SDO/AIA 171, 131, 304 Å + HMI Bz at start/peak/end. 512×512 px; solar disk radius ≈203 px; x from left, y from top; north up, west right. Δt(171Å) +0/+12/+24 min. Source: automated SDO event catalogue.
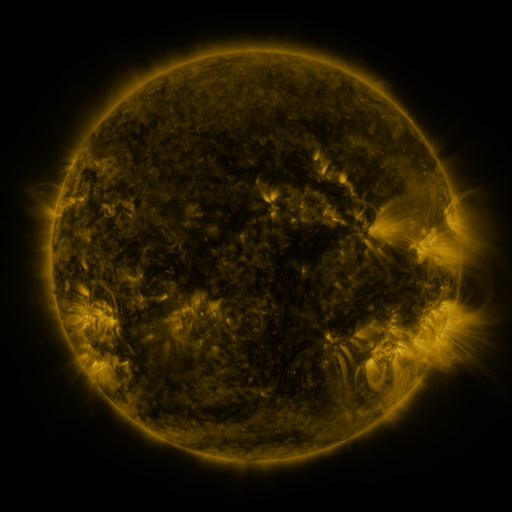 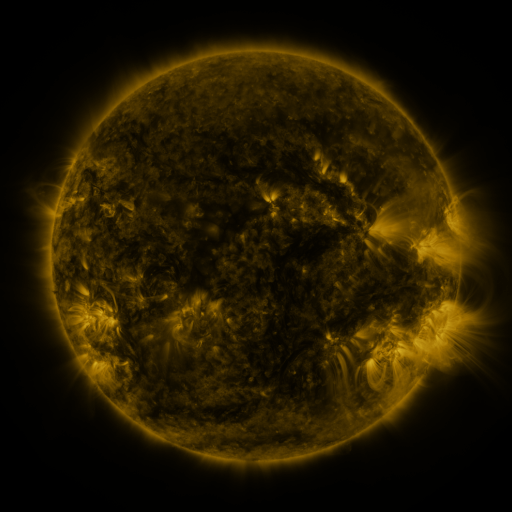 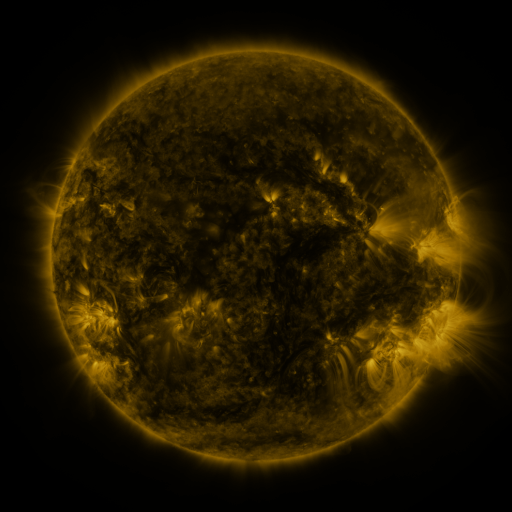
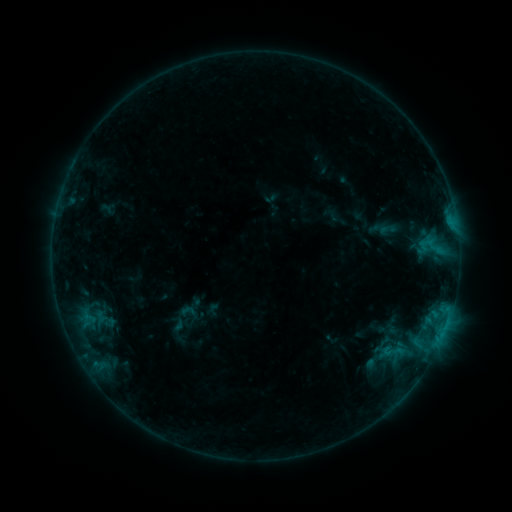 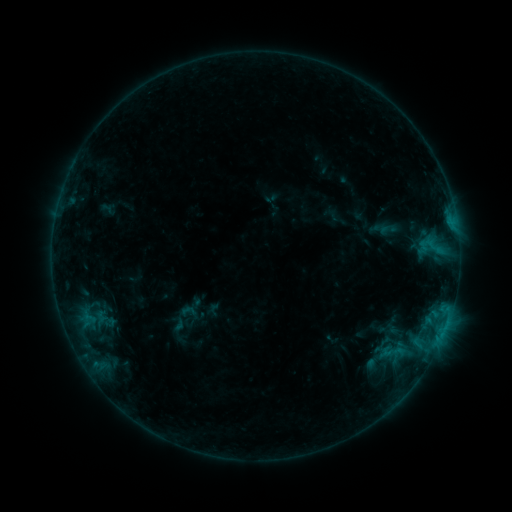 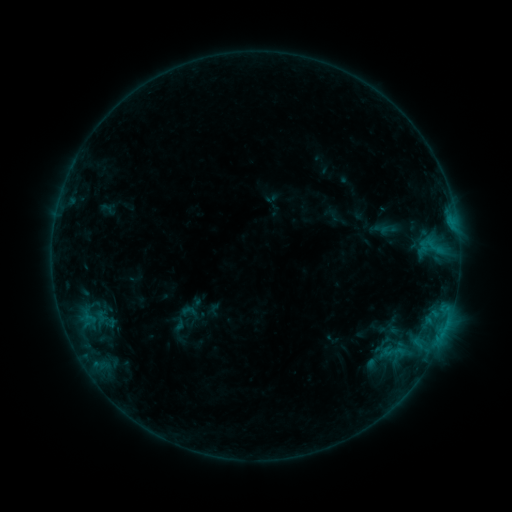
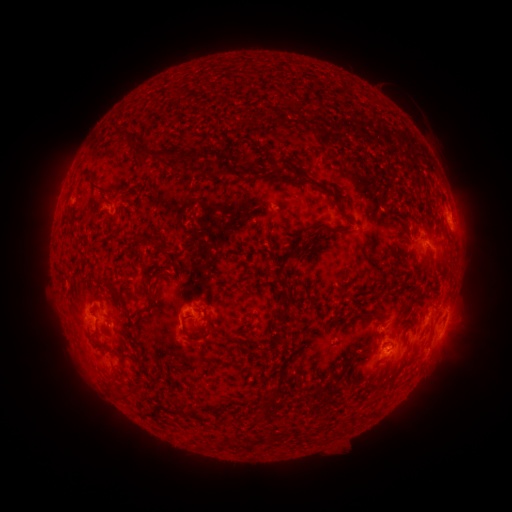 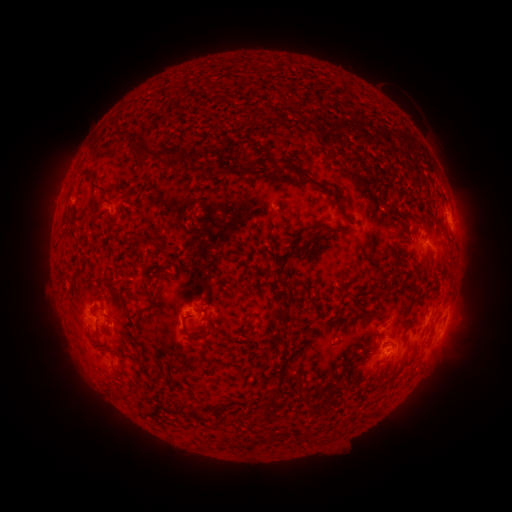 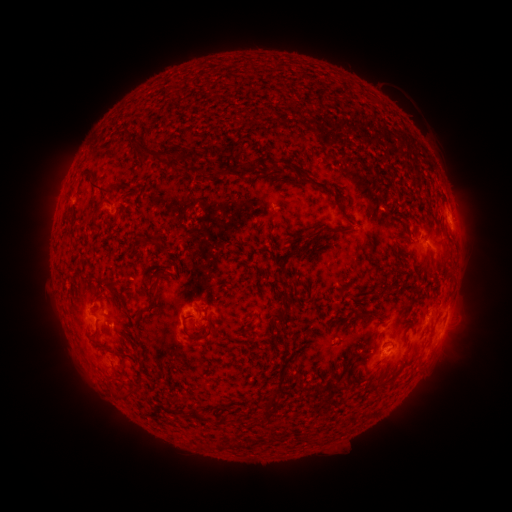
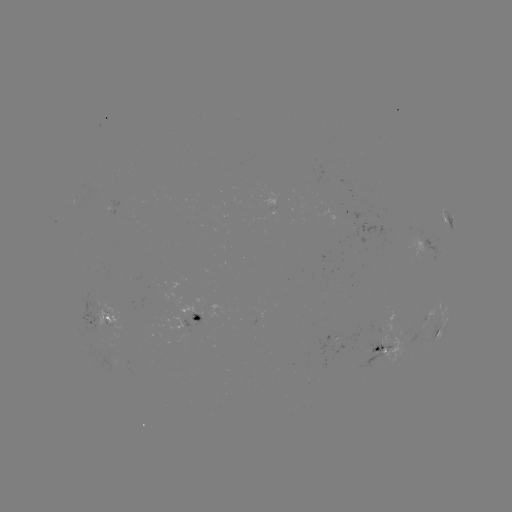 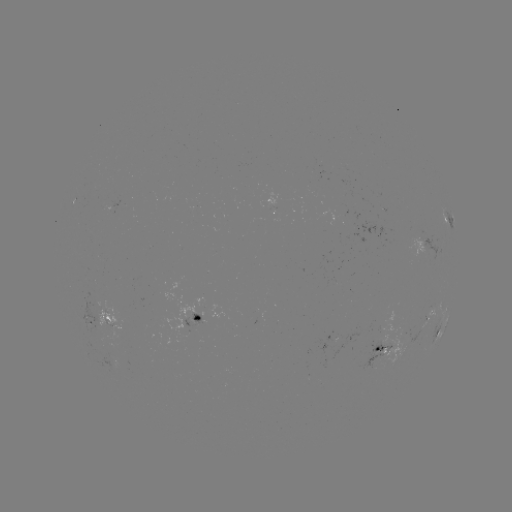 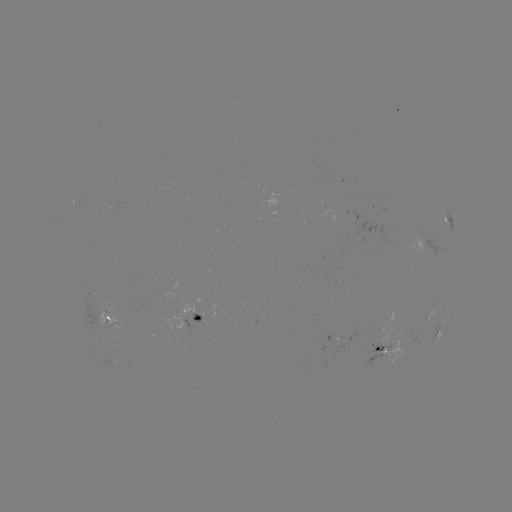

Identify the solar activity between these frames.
no classed flare was catalogued and no EUV brightening was flagged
